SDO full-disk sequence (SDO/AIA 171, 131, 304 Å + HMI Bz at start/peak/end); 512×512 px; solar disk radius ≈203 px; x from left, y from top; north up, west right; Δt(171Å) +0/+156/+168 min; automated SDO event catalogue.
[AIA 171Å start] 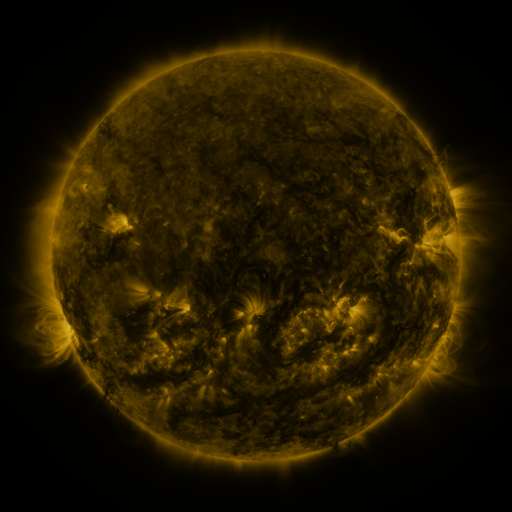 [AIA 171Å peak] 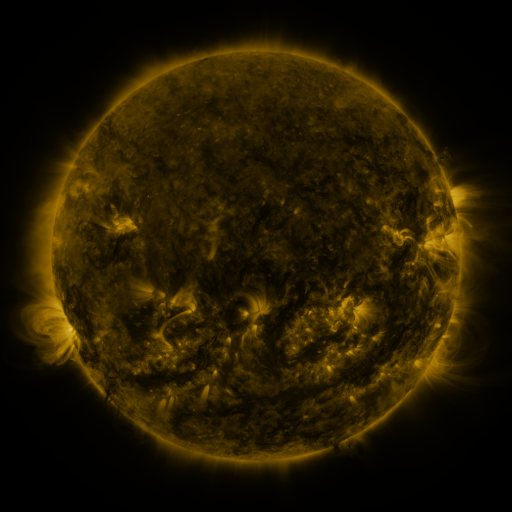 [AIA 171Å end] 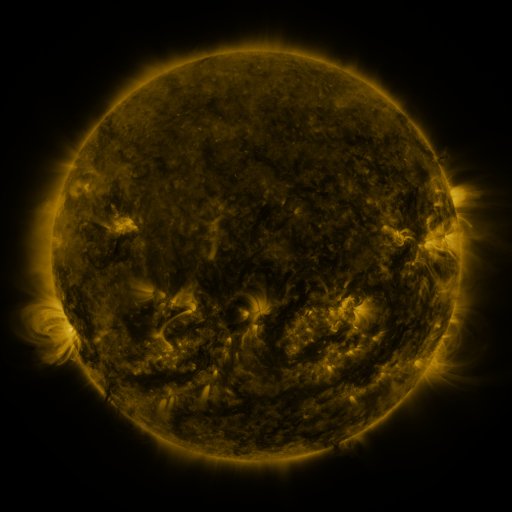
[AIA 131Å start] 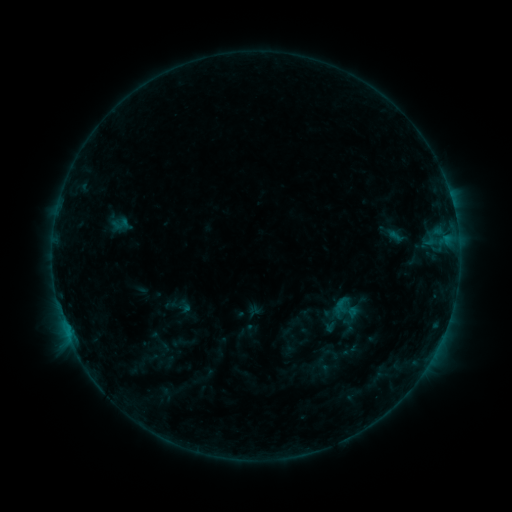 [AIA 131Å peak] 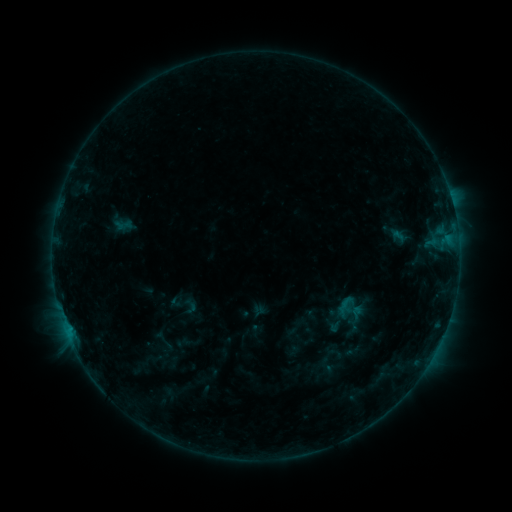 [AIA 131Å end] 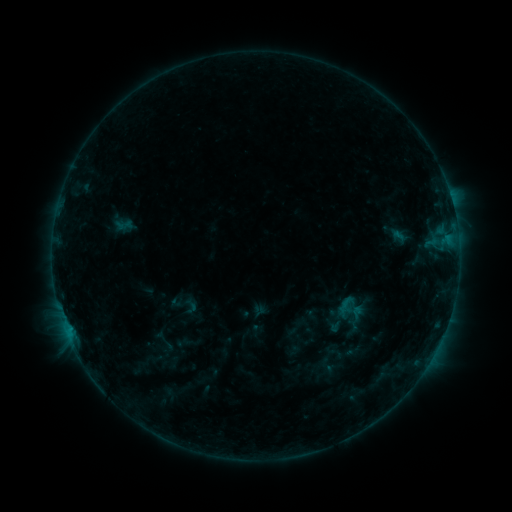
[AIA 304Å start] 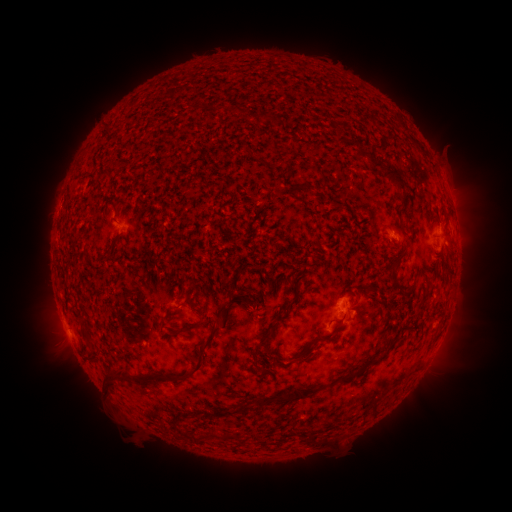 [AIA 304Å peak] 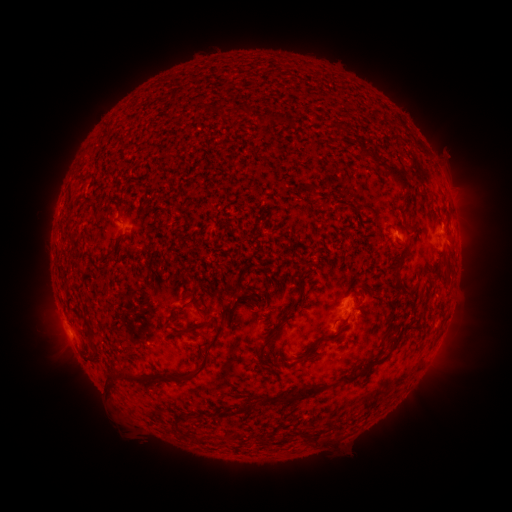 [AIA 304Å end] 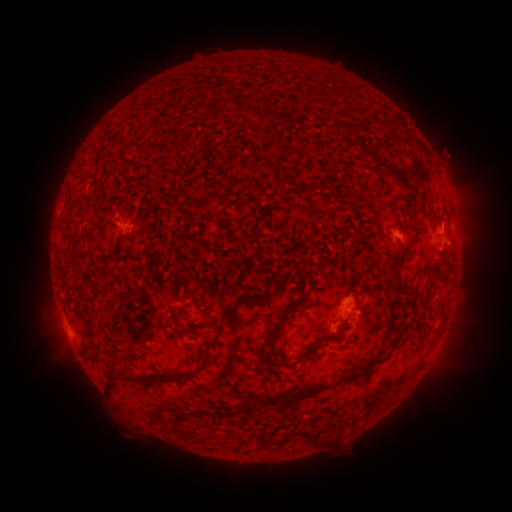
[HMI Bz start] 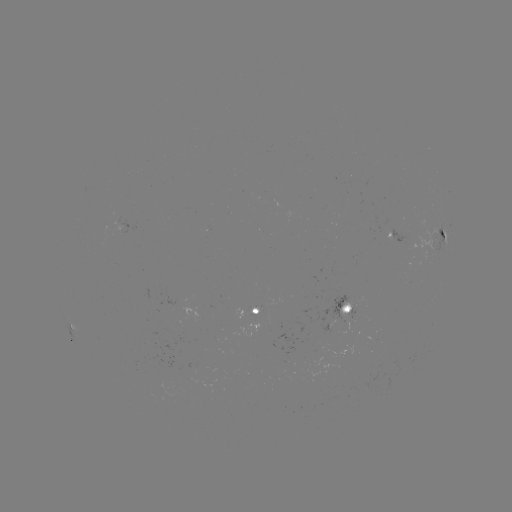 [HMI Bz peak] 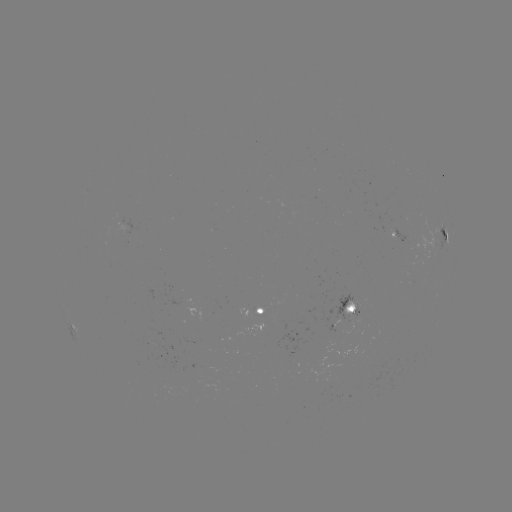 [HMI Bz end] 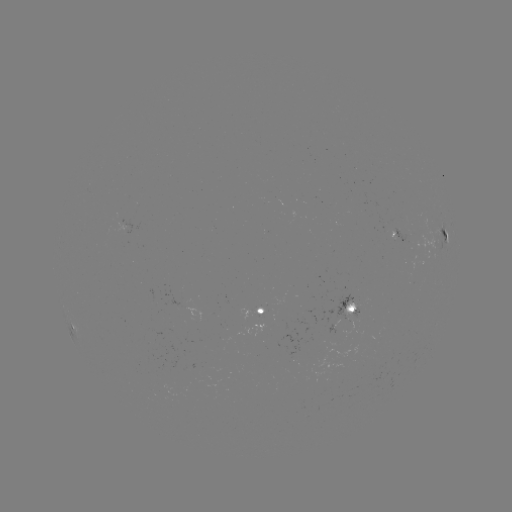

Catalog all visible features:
emerging-flux region: (351, 305)
